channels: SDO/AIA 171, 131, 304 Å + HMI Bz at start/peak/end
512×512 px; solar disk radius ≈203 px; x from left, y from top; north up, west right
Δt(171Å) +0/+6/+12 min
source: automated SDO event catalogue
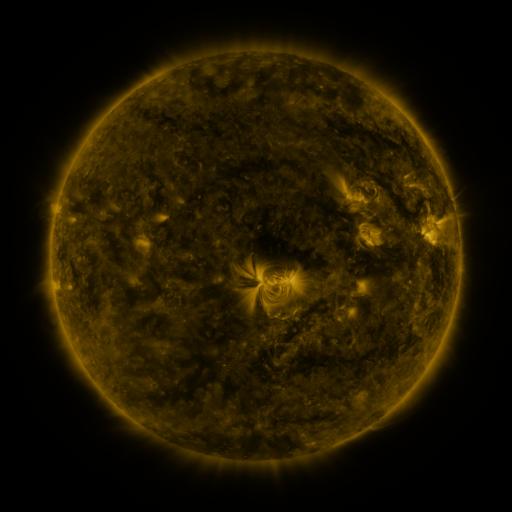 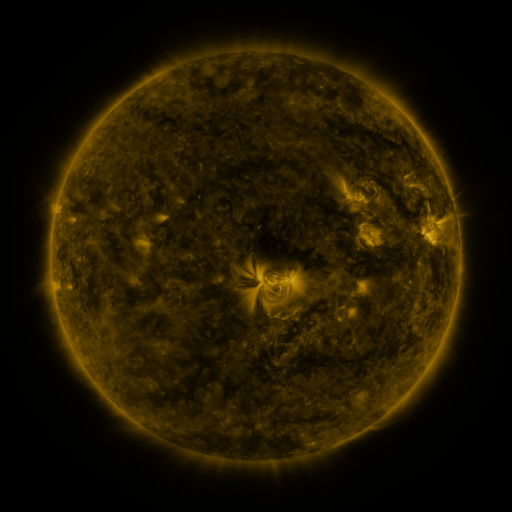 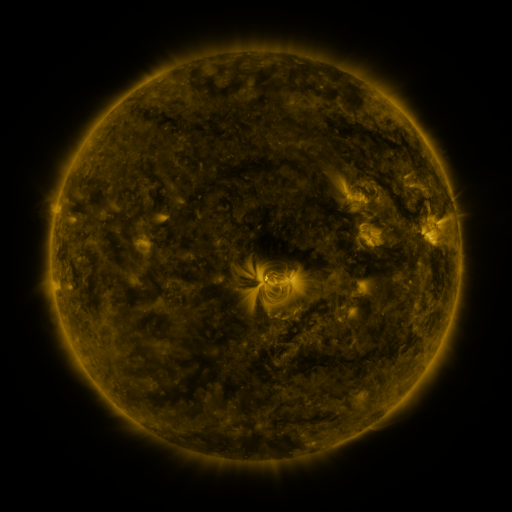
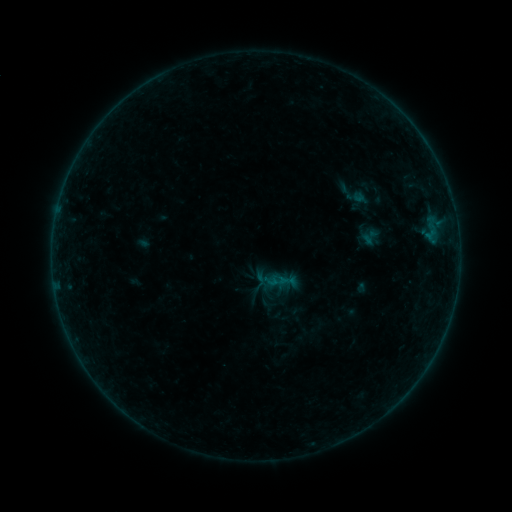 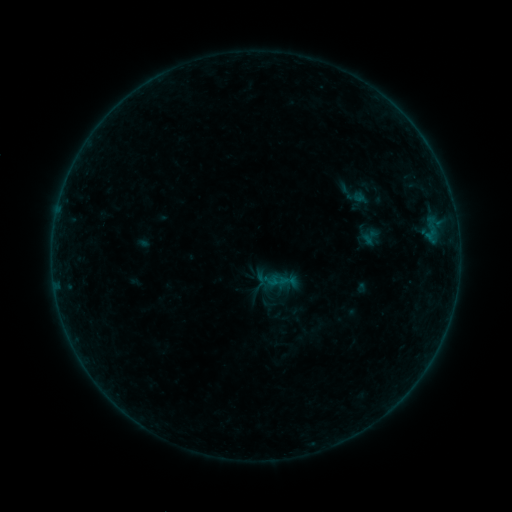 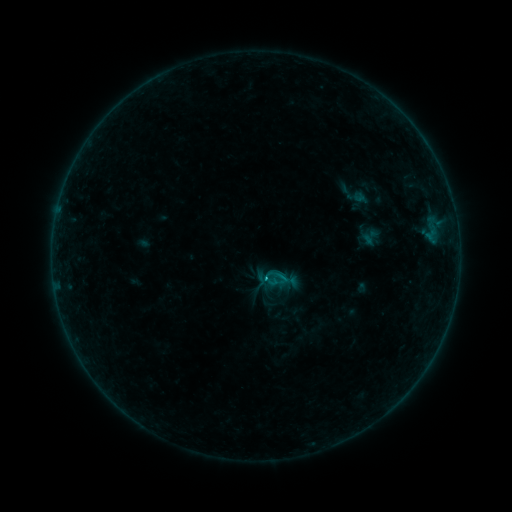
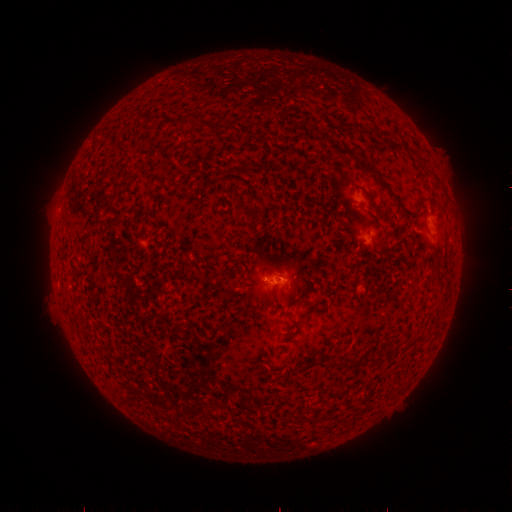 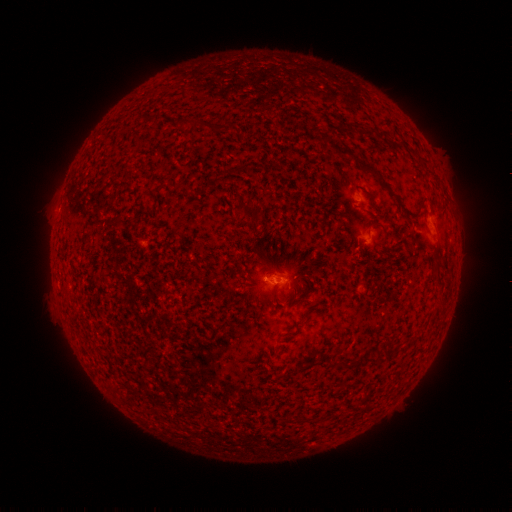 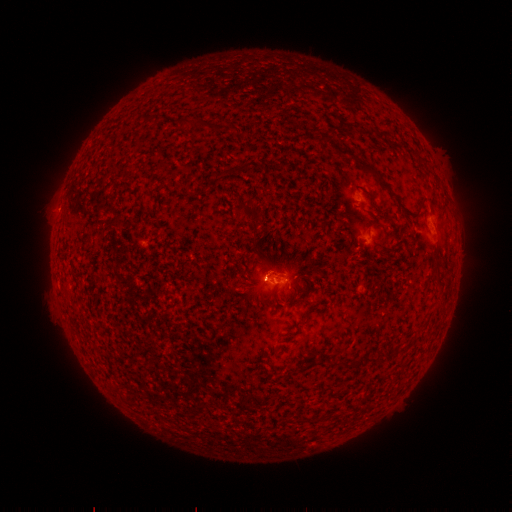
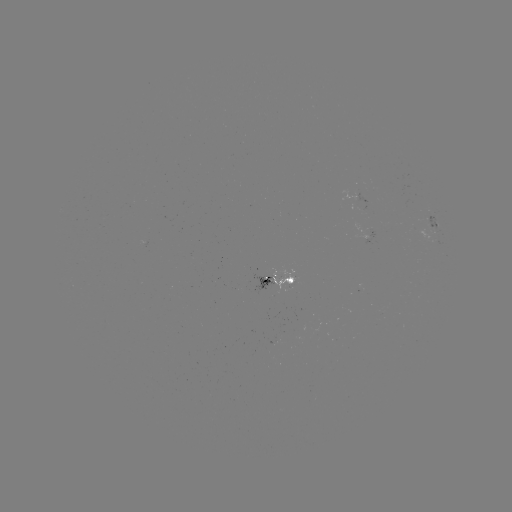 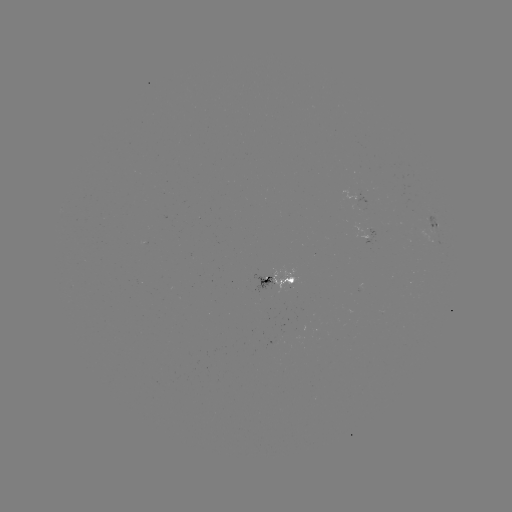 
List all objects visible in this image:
B5.3 flare: (263, 275)
